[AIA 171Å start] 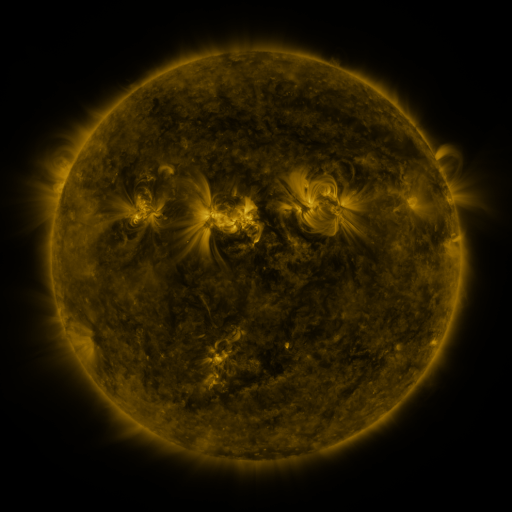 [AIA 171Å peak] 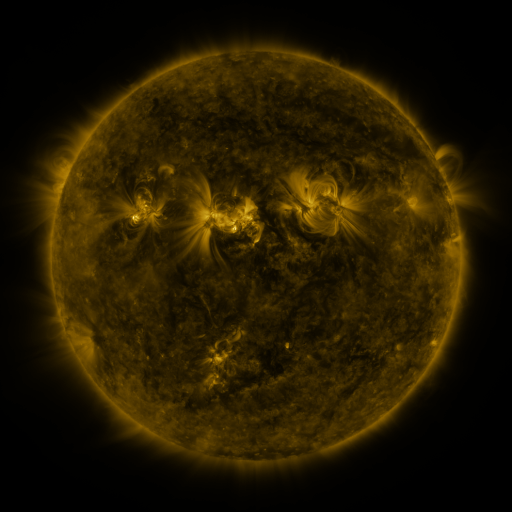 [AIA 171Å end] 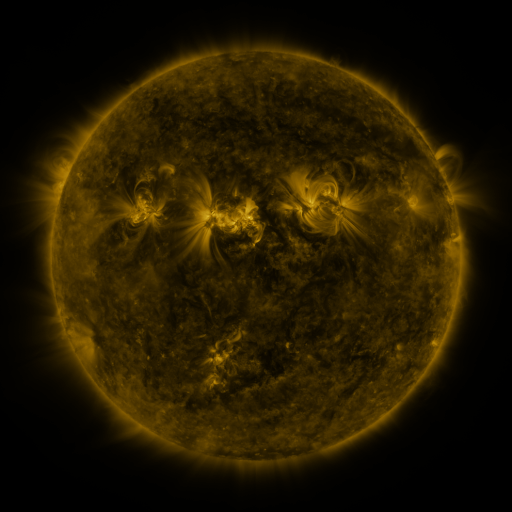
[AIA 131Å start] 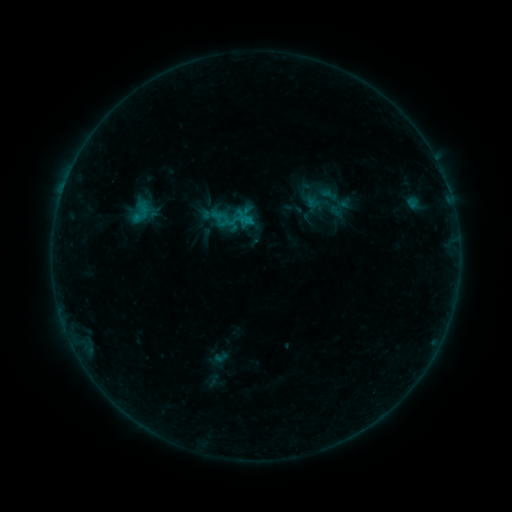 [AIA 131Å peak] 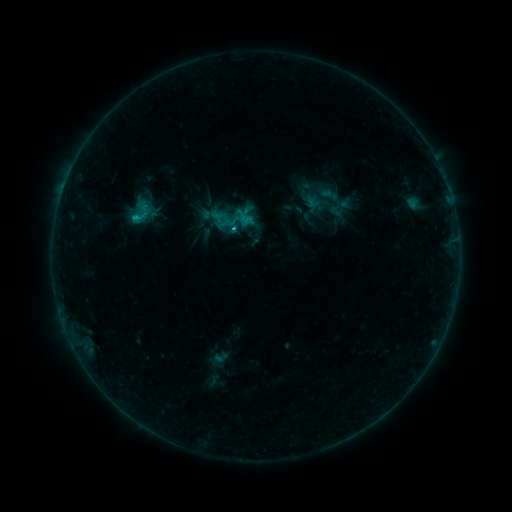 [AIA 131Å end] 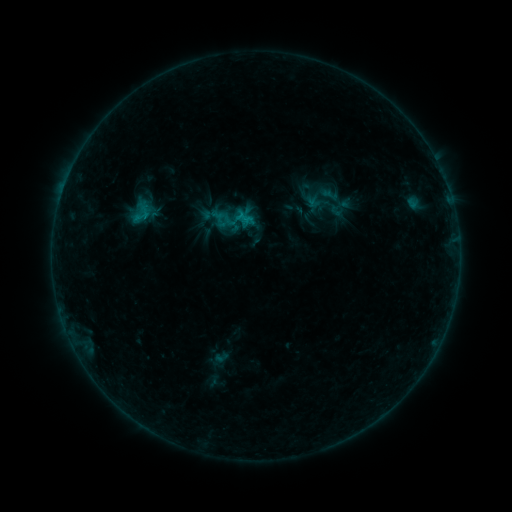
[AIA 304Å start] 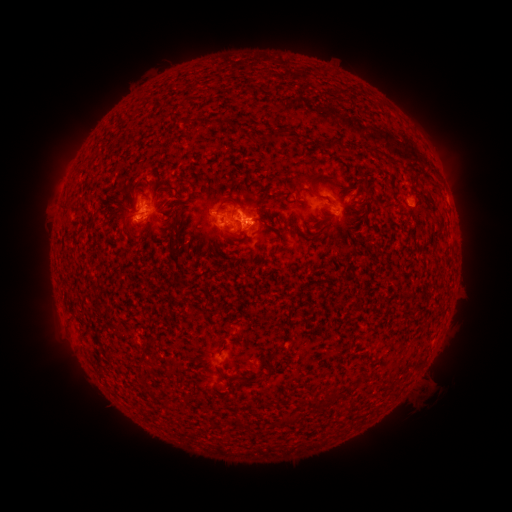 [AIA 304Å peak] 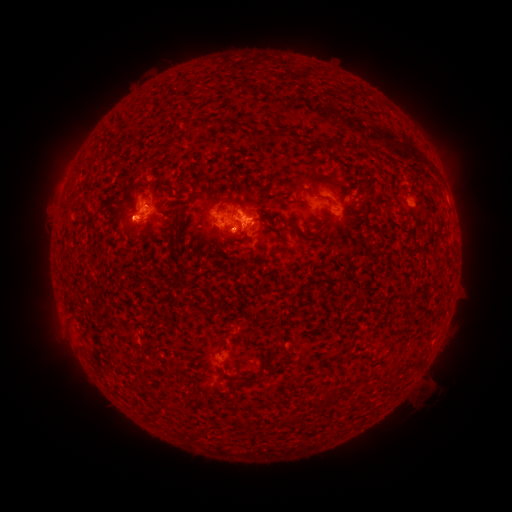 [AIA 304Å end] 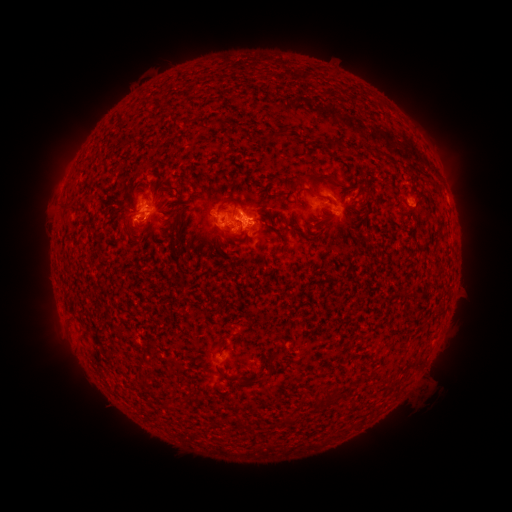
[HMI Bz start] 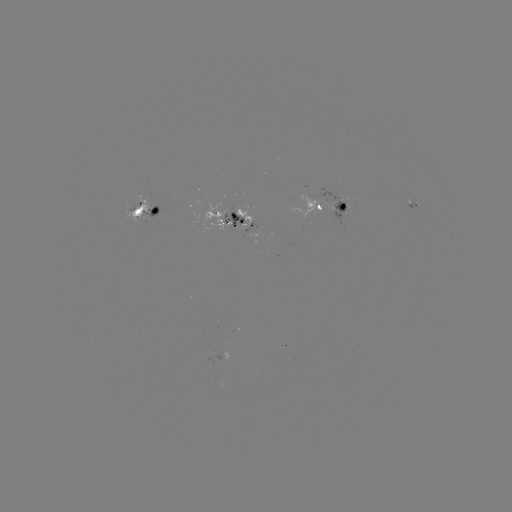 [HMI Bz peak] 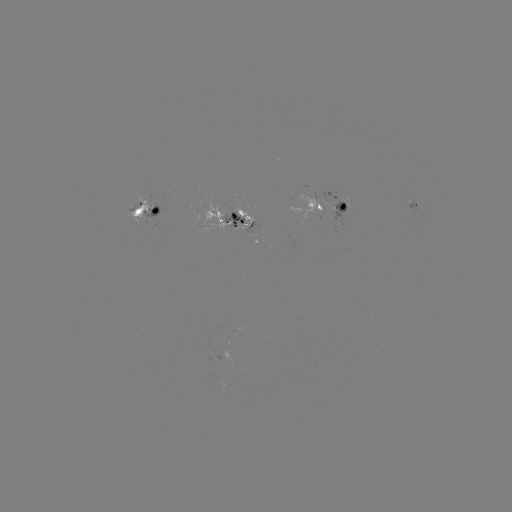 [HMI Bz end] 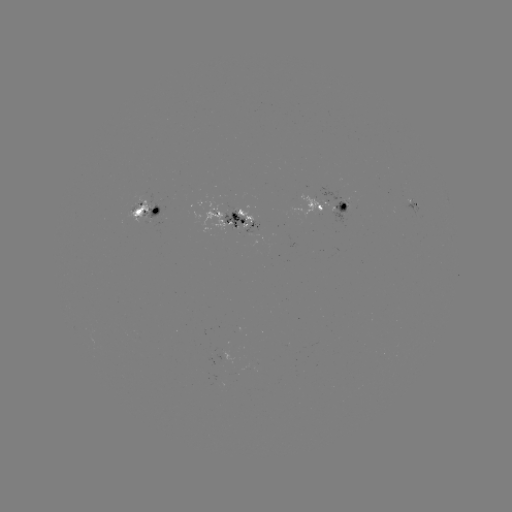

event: flare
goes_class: C1.0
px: (137, 219)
